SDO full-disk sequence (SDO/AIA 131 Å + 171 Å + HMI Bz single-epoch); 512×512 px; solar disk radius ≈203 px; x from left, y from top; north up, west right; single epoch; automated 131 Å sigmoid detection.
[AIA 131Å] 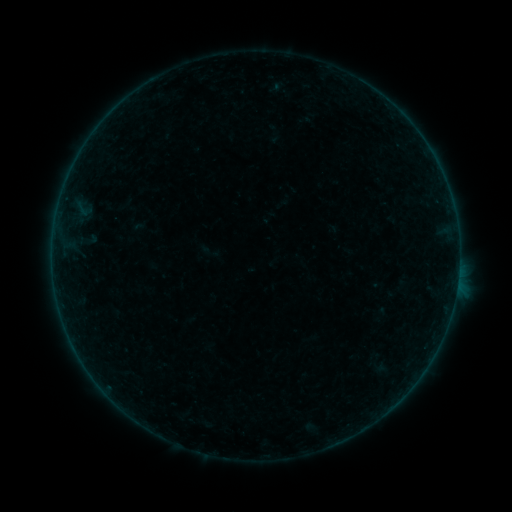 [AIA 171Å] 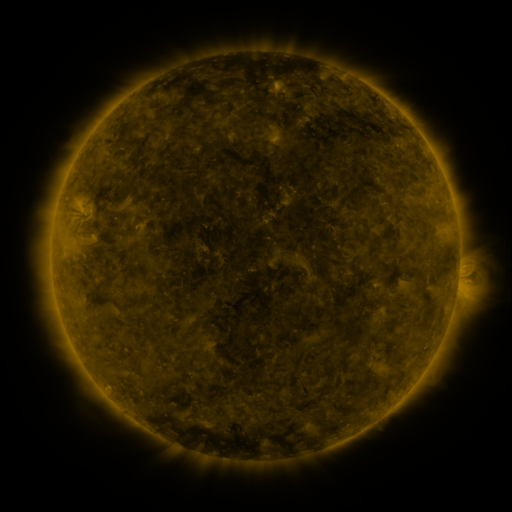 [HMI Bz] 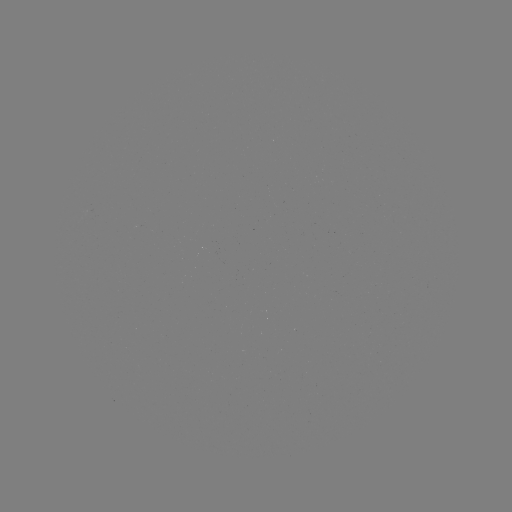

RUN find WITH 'sigmoid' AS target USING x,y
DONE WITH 209,252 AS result